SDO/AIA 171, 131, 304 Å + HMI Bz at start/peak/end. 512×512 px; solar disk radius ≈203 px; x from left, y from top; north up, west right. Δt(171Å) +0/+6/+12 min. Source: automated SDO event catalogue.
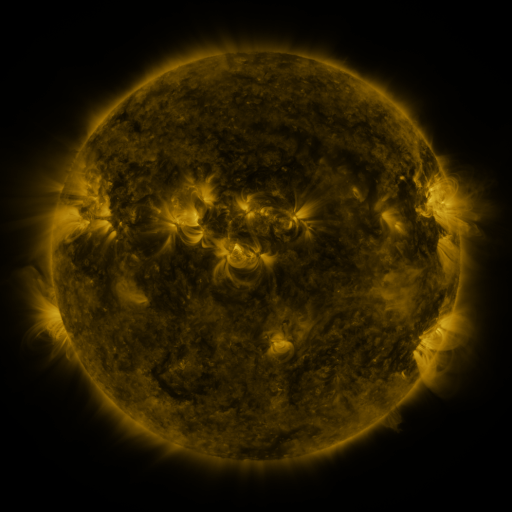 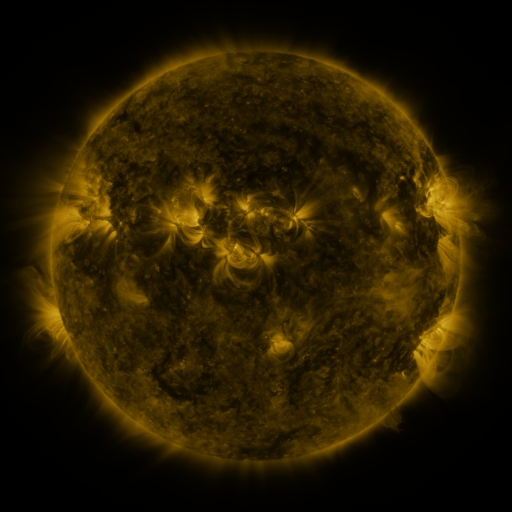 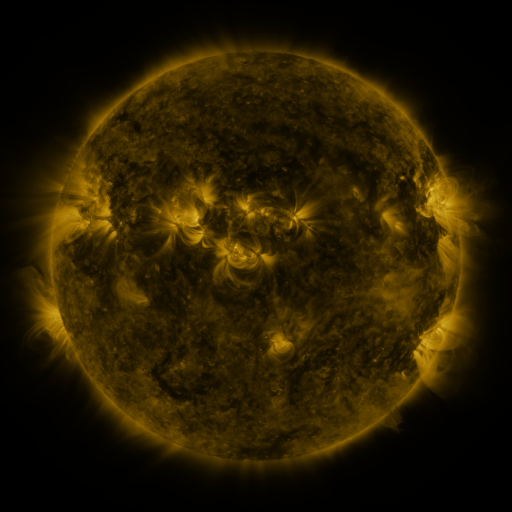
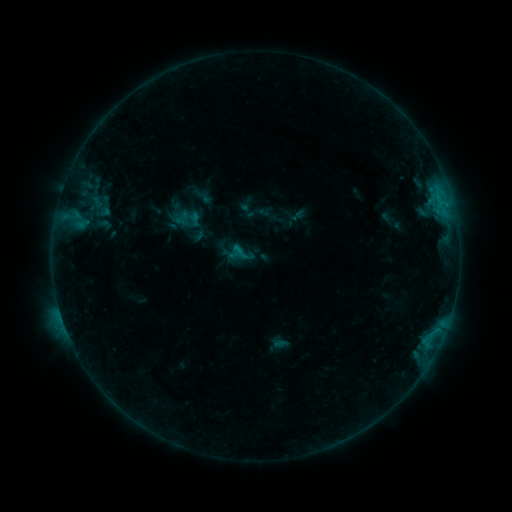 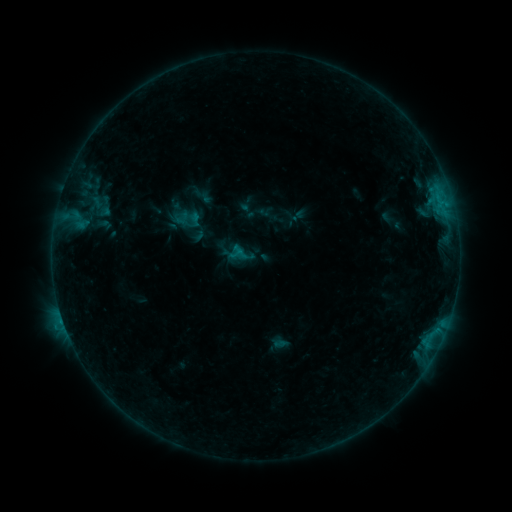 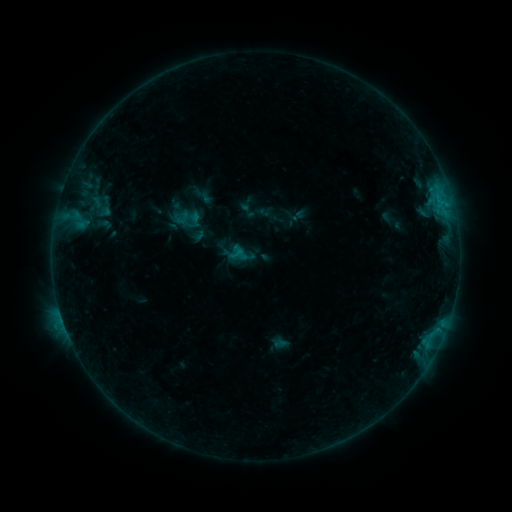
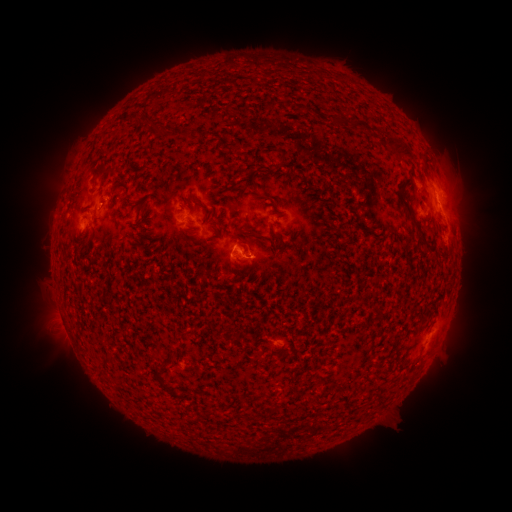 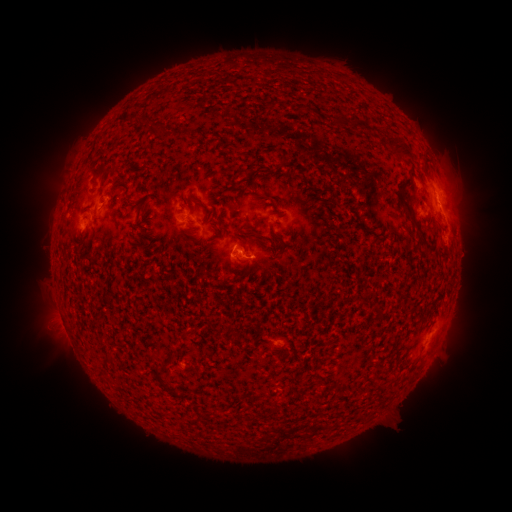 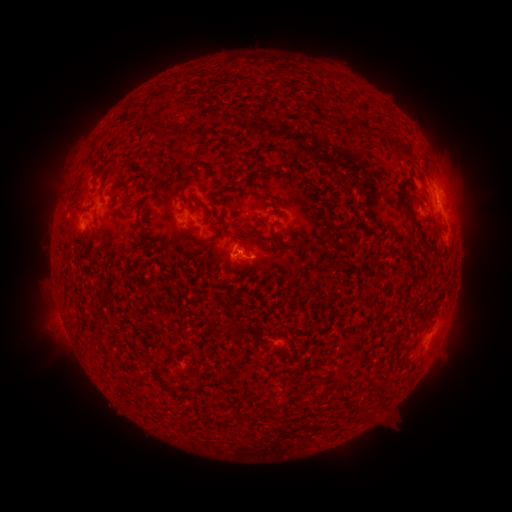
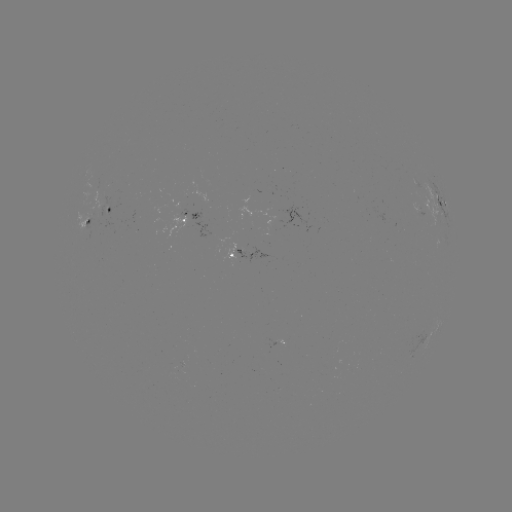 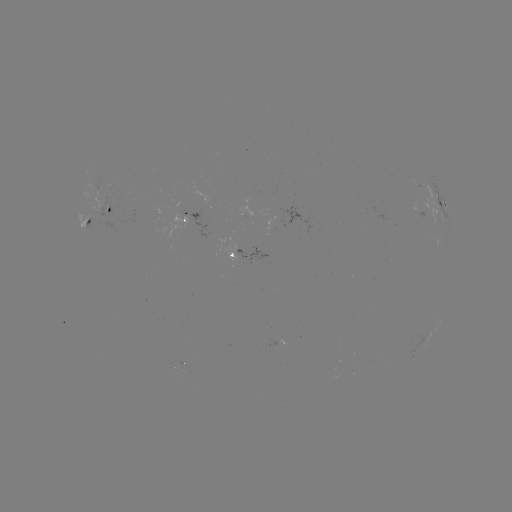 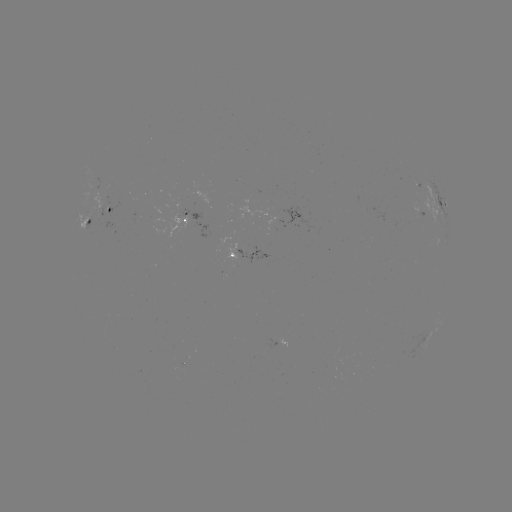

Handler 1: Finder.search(B6.3 flare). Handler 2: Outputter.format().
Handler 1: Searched B6.3 flare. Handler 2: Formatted [63, 319].